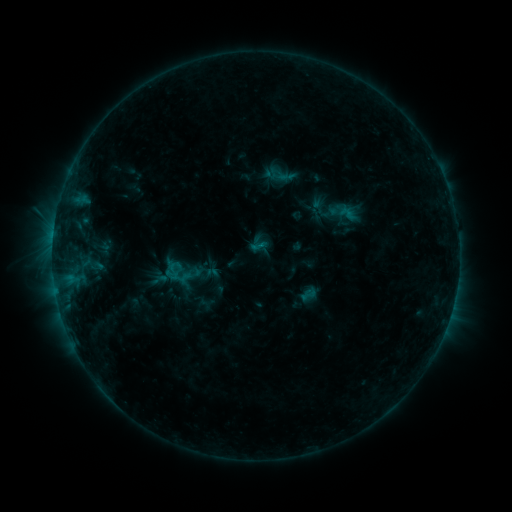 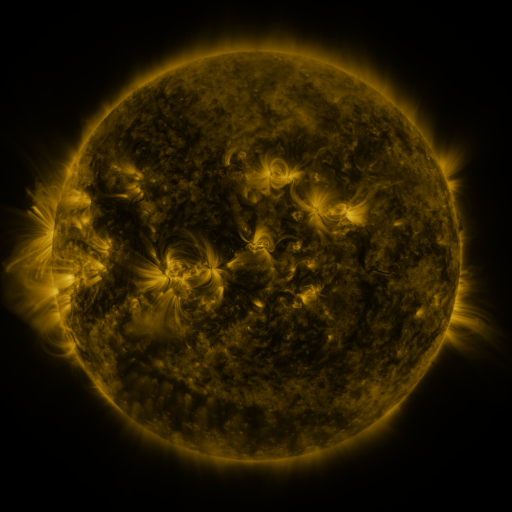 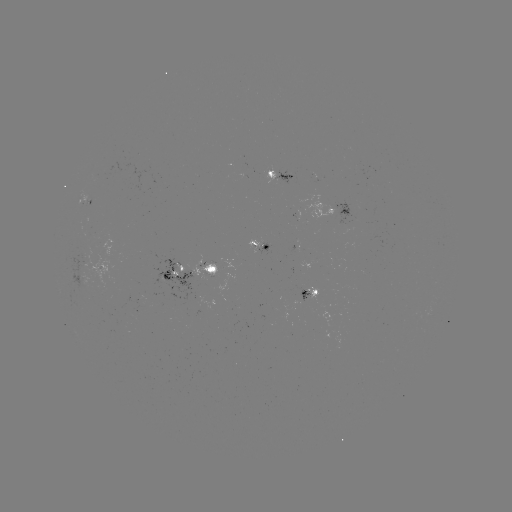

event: sigmoid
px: (173, 270)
